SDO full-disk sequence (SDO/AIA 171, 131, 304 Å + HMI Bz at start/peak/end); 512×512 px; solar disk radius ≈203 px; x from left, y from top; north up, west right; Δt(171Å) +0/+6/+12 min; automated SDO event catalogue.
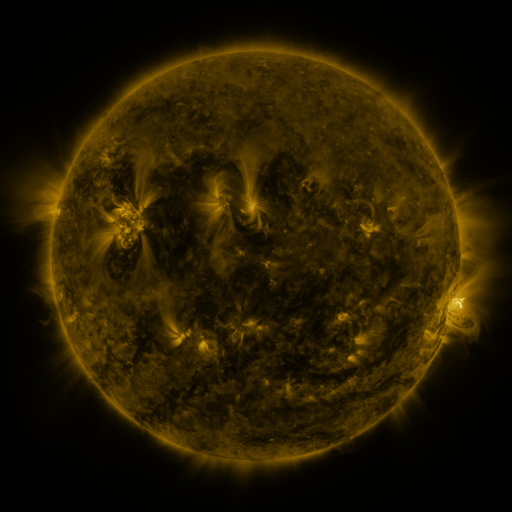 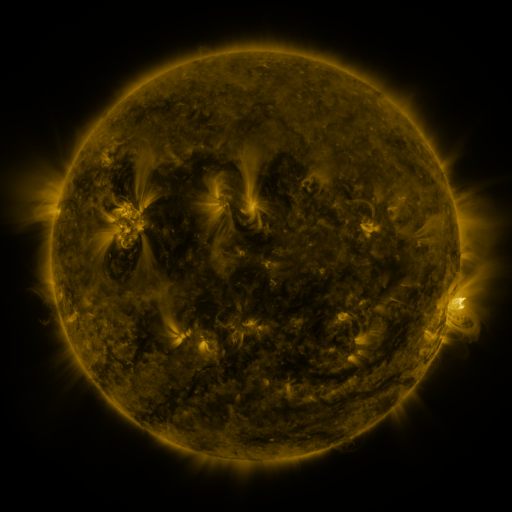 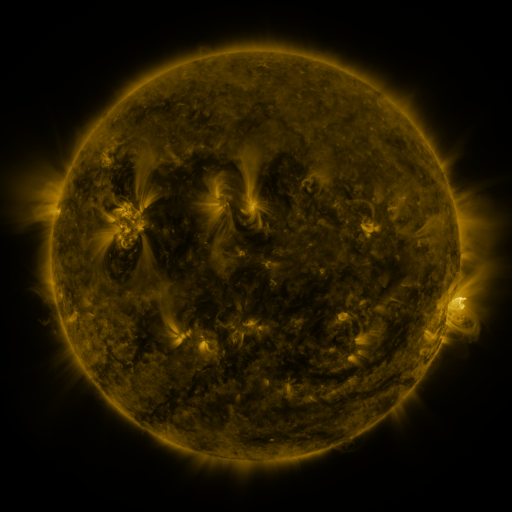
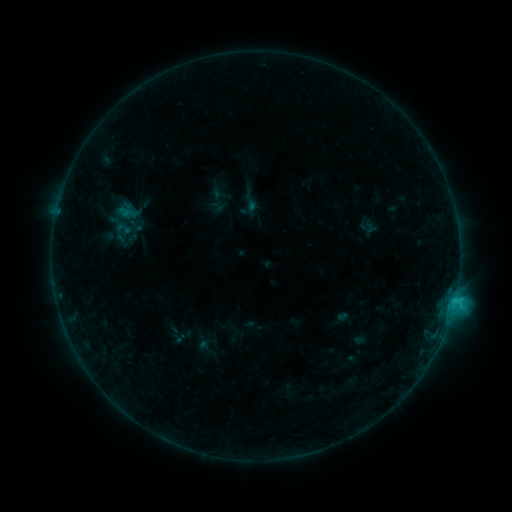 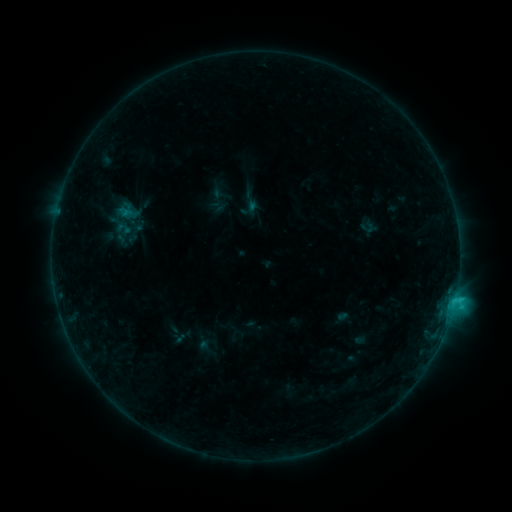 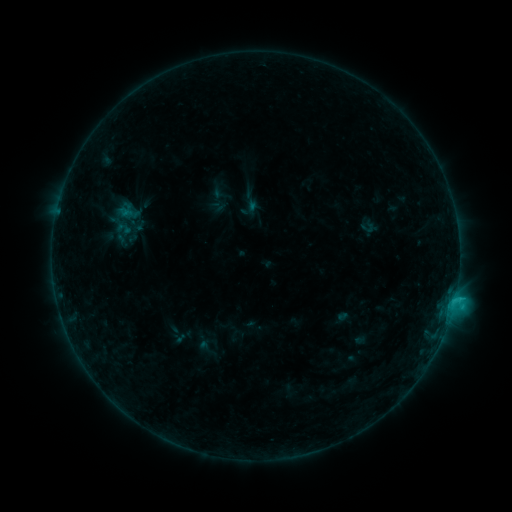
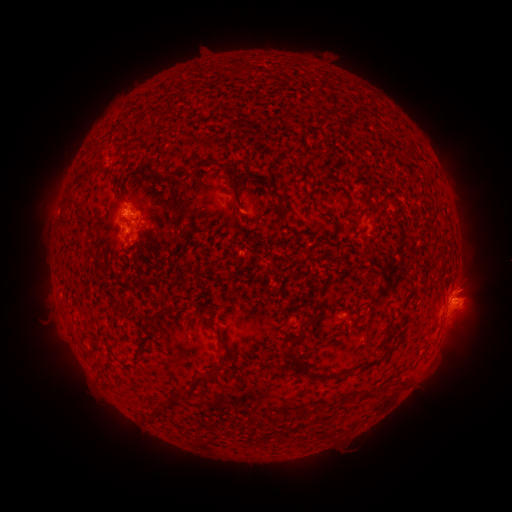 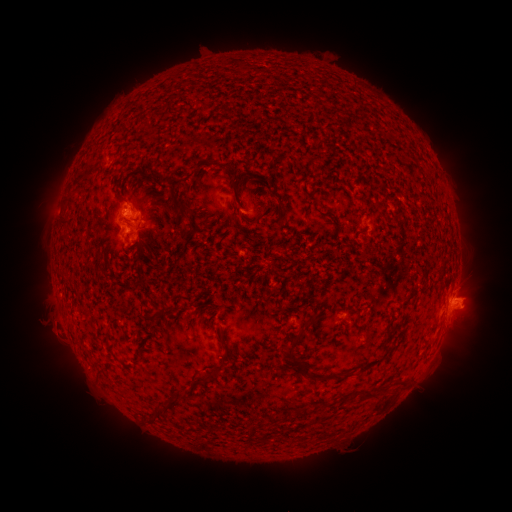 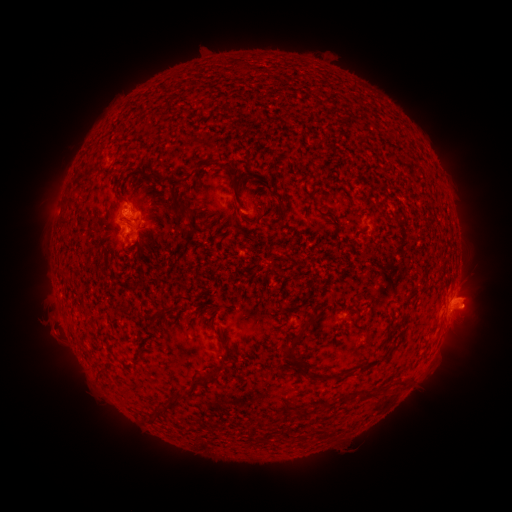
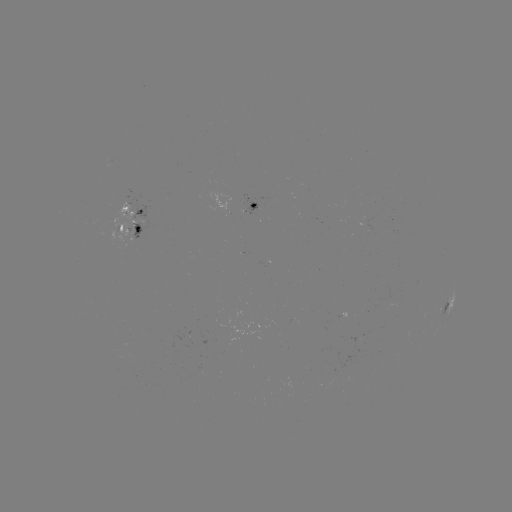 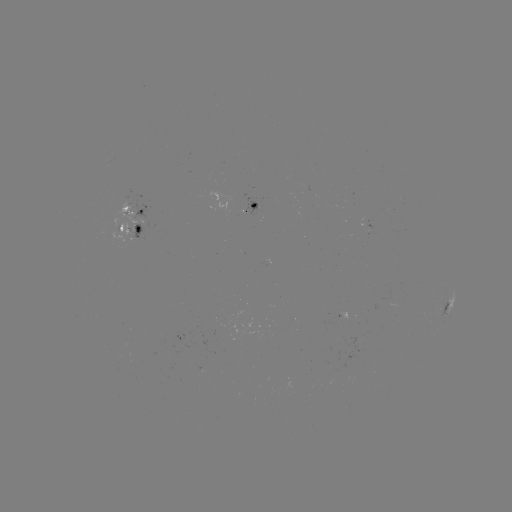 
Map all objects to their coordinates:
eruption: (53, 333)
